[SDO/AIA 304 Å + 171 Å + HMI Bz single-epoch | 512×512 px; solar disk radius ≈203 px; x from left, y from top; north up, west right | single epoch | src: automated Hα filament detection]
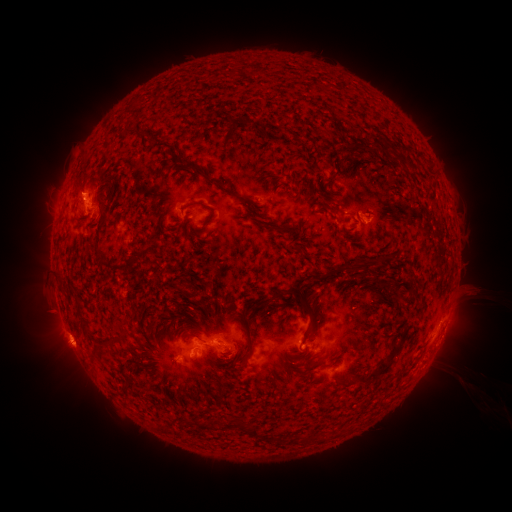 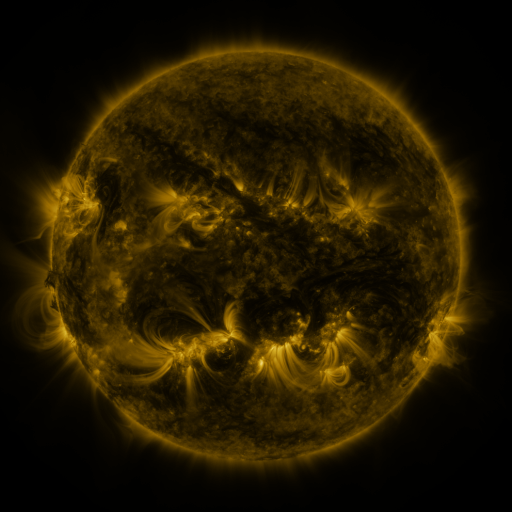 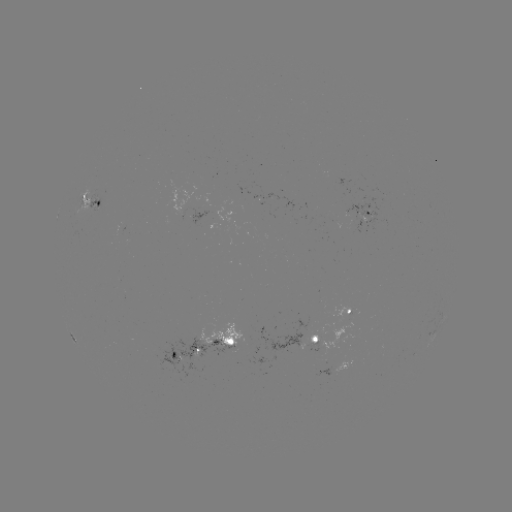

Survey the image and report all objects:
filament: (187, 166)
filament: (215, 181)
filament: (231, 192)
filament: (208, 206)
filament: (280, 229)
filament: (358, 268)
filament: (183, 292)
filament: (298, 295)
filament: (119, 336)
filament: (249, 346)
filament: (311, 355)
filament: (382, 371)
